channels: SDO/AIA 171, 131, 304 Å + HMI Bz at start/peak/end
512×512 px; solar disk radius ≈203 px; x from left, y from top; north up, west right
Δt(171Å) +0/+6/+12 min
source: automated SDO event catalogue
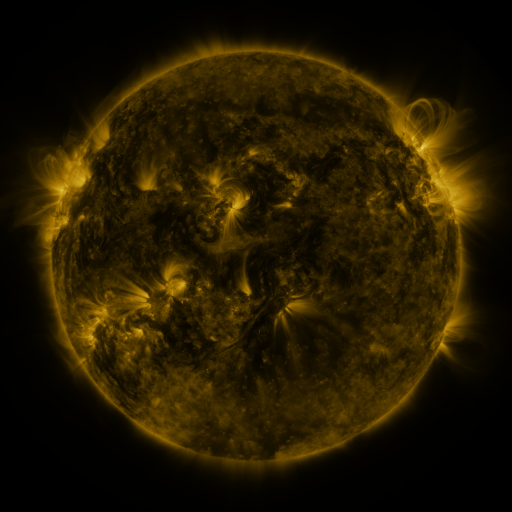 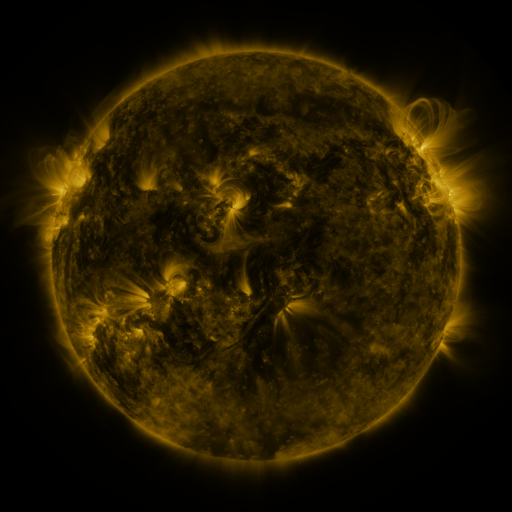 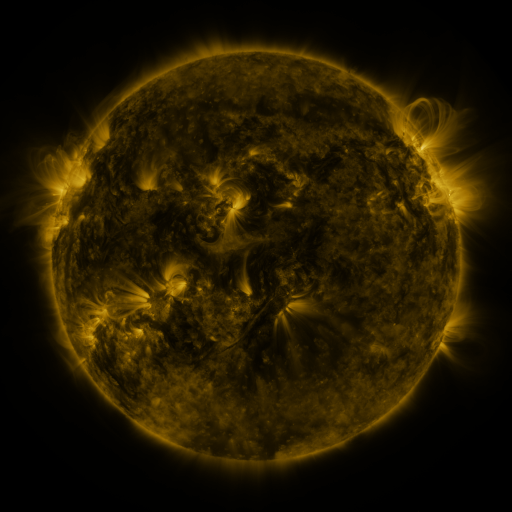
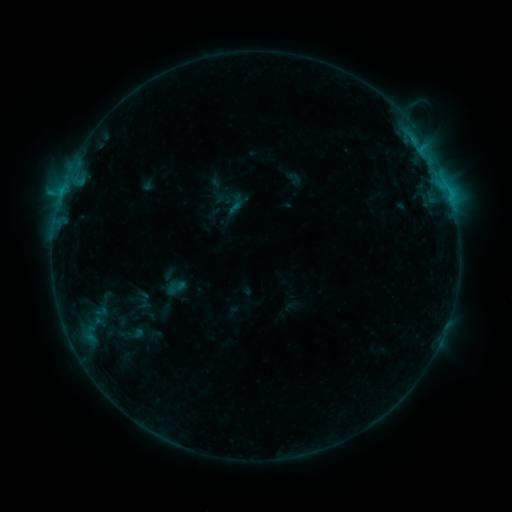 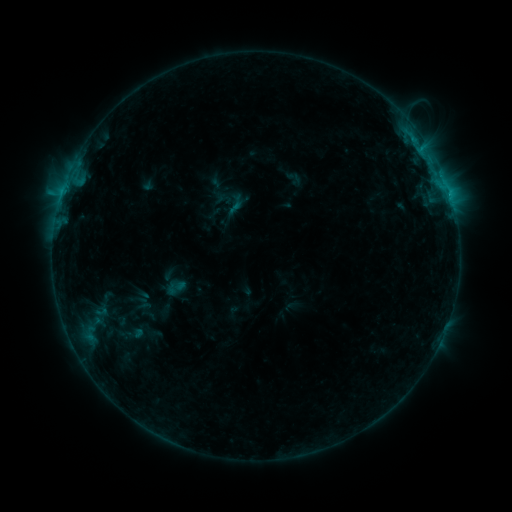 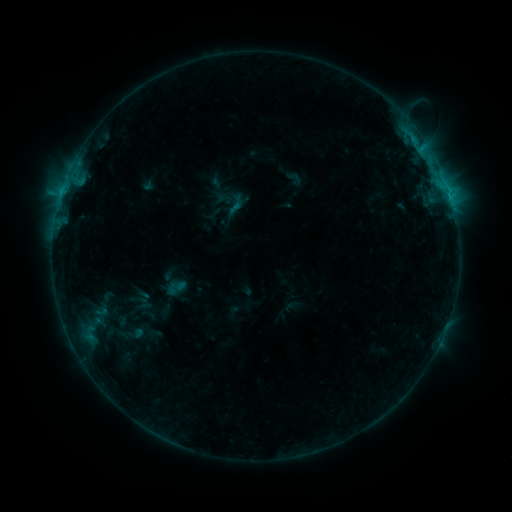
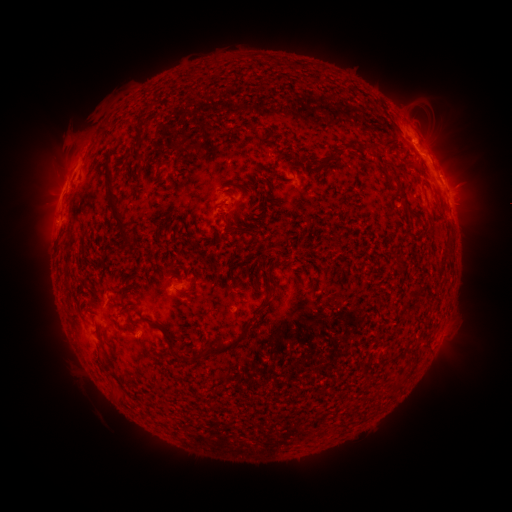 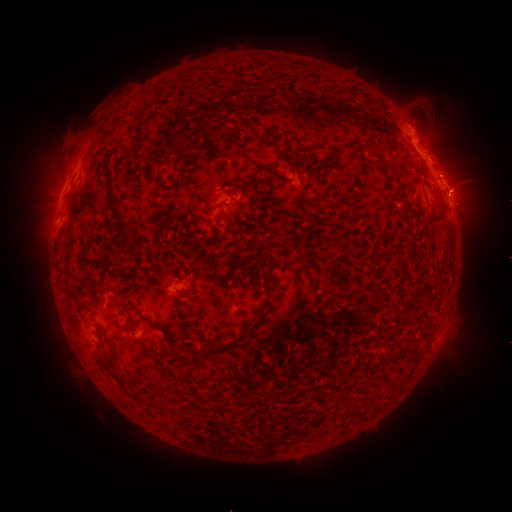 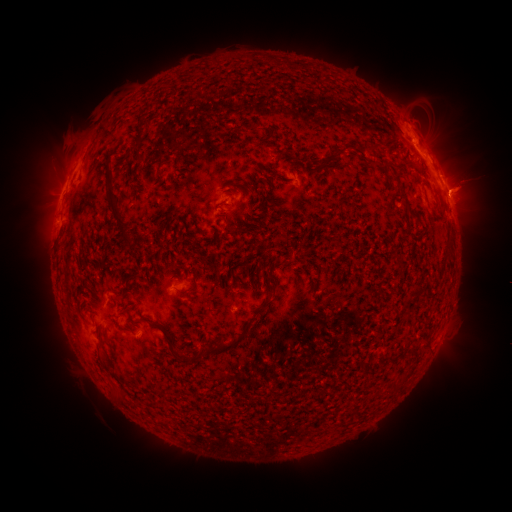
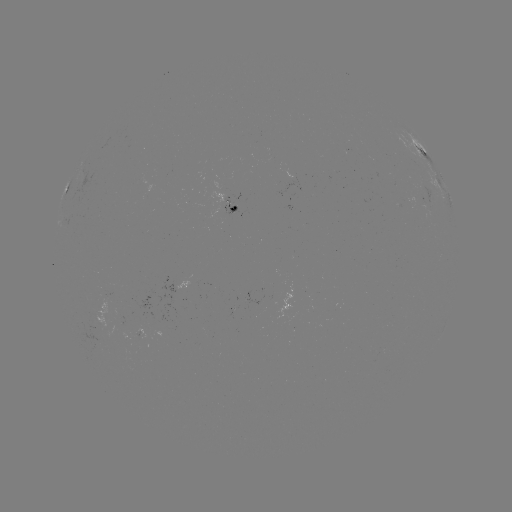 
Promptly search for eruption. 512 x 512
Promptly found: (465, 189).